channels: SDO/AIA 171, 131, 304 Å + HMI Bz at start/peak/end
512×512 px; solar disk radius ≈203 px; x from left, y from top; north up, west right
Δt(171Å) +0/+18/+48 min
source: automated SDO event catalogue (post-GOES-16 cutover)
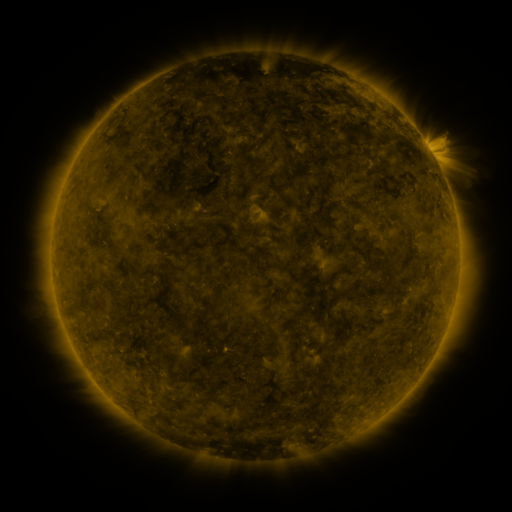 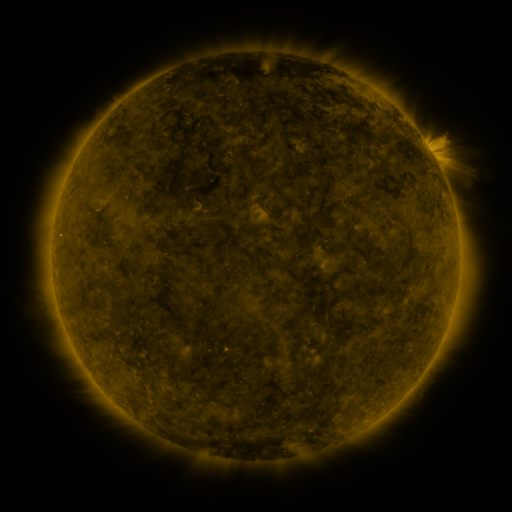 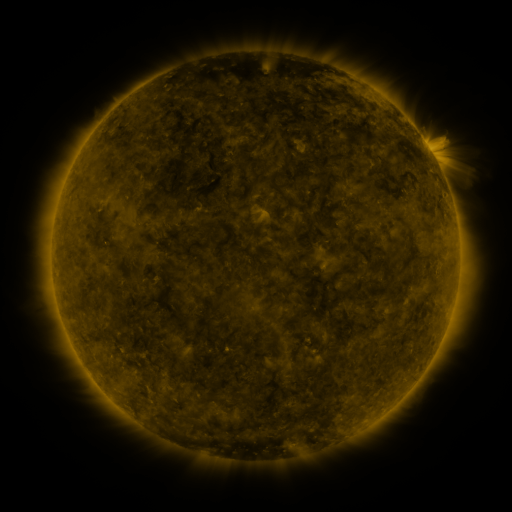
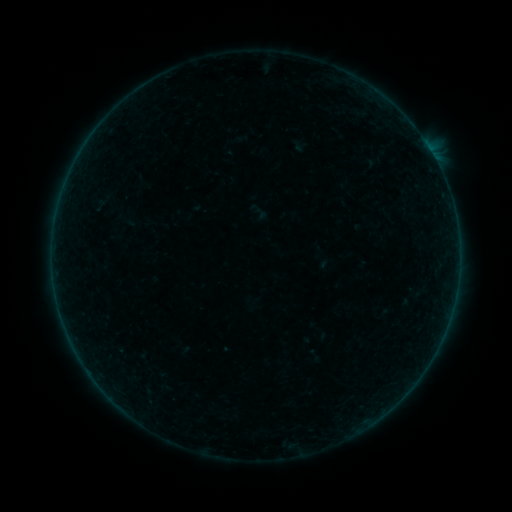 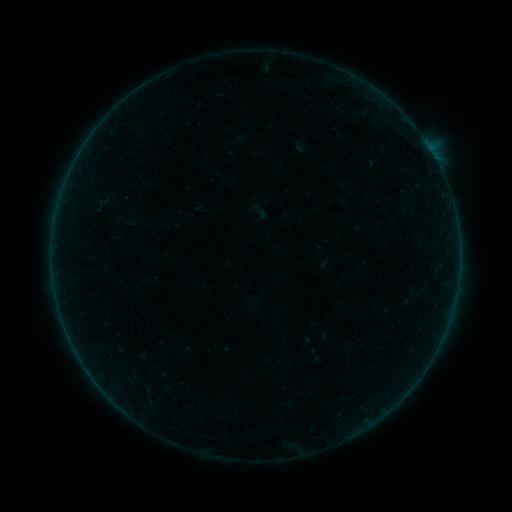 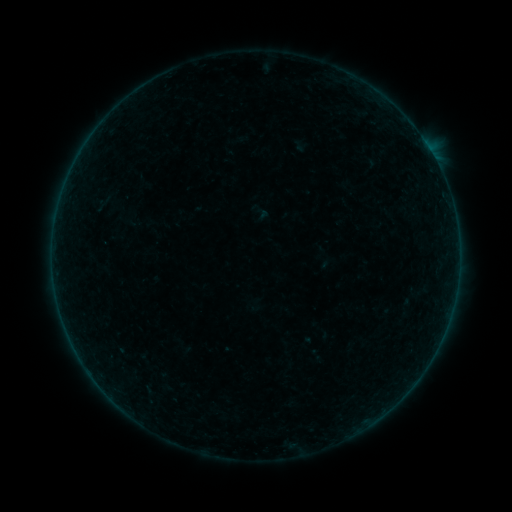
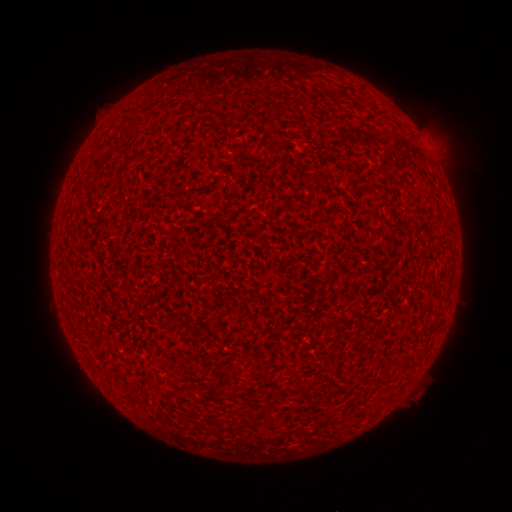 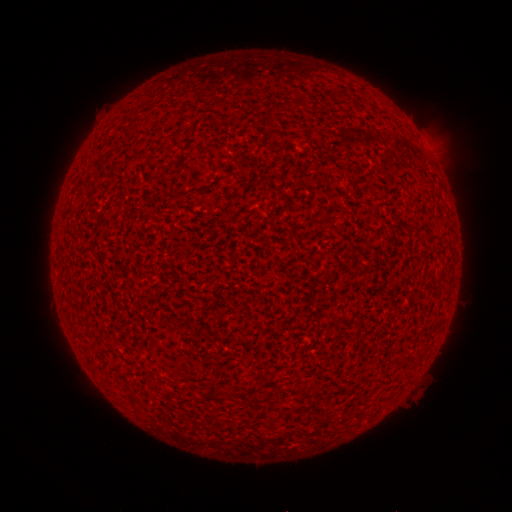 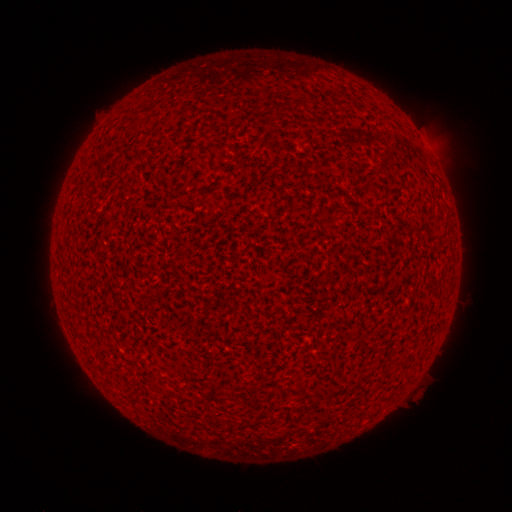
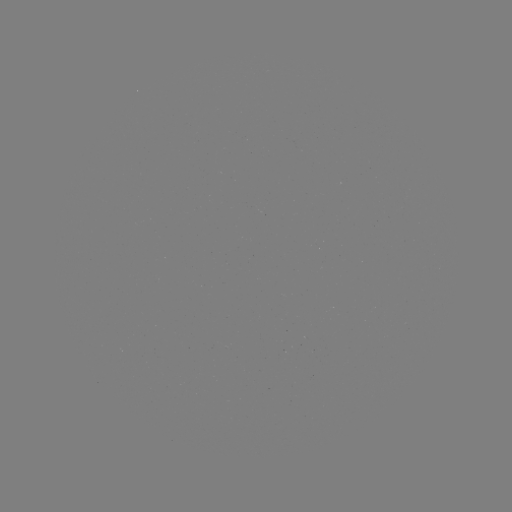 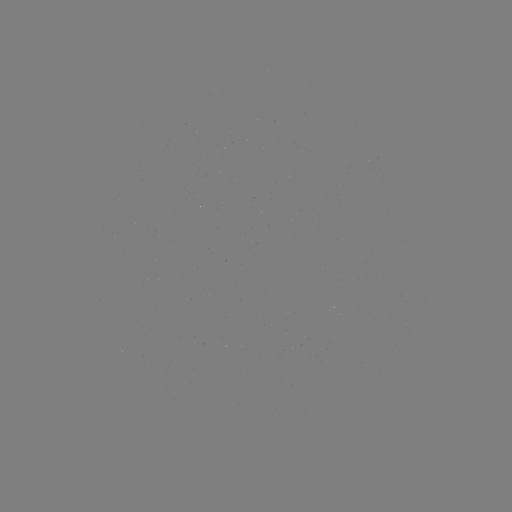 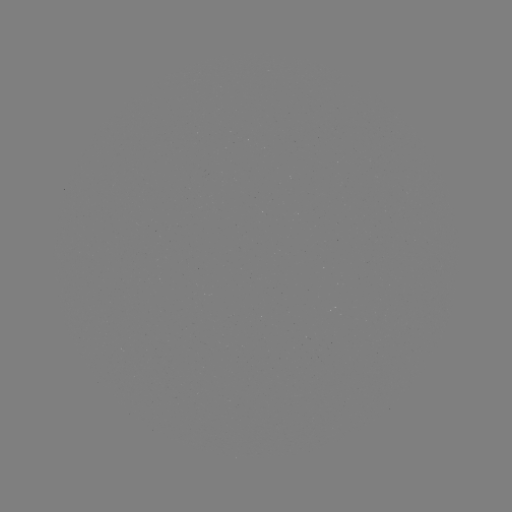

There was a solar flare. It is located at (429, 153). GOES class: A5.1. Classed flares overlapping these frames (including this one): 1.